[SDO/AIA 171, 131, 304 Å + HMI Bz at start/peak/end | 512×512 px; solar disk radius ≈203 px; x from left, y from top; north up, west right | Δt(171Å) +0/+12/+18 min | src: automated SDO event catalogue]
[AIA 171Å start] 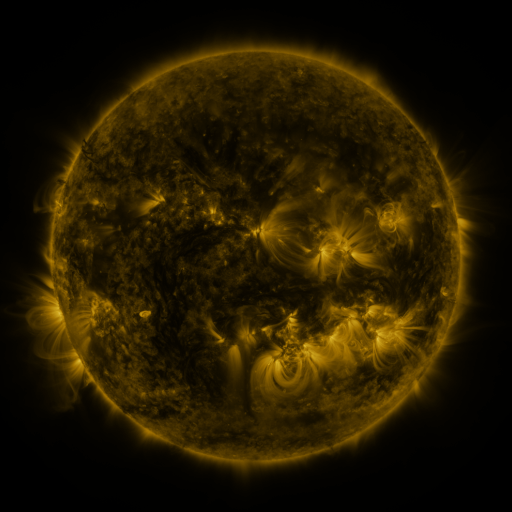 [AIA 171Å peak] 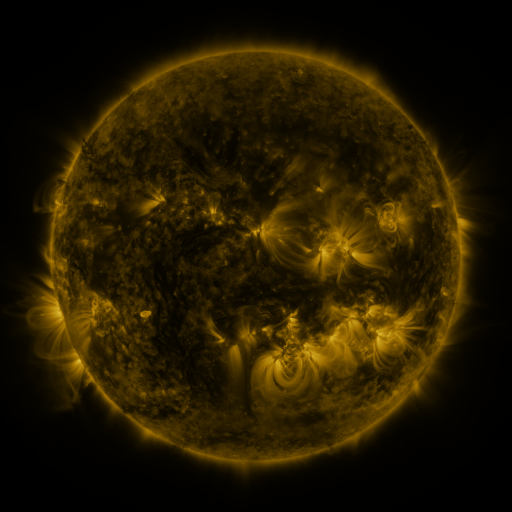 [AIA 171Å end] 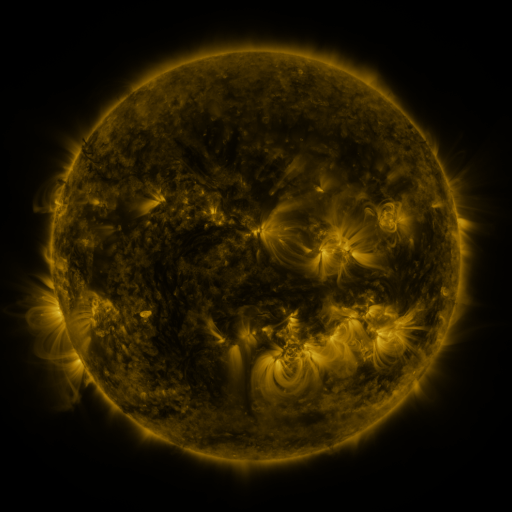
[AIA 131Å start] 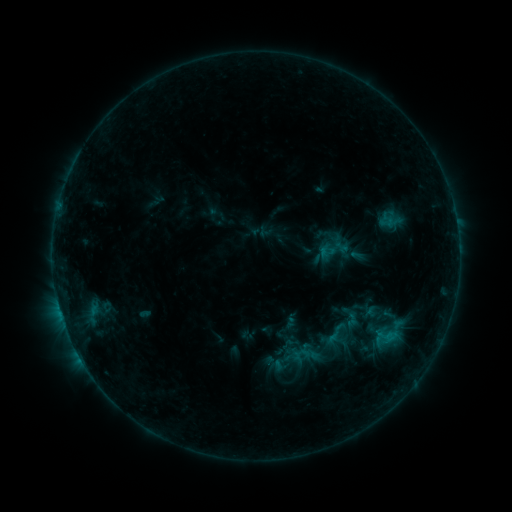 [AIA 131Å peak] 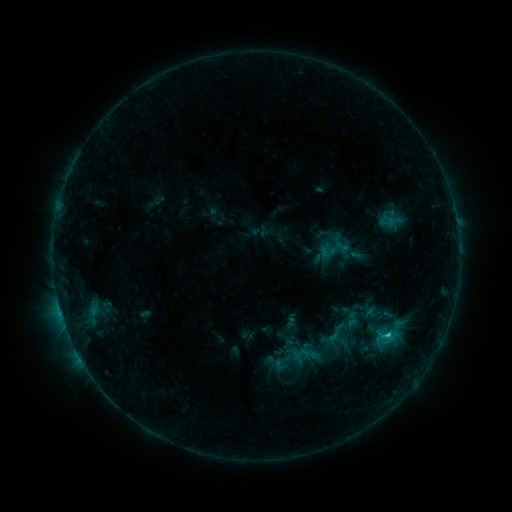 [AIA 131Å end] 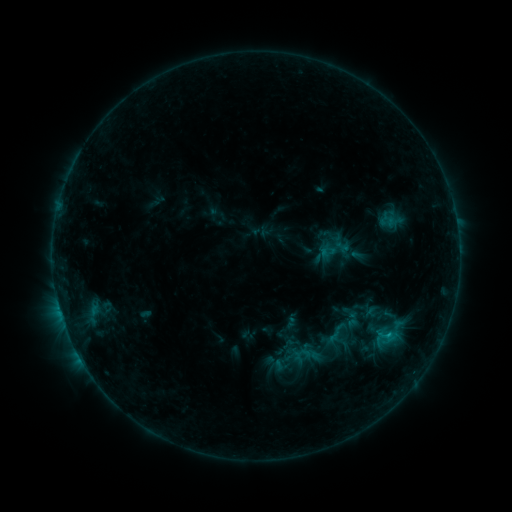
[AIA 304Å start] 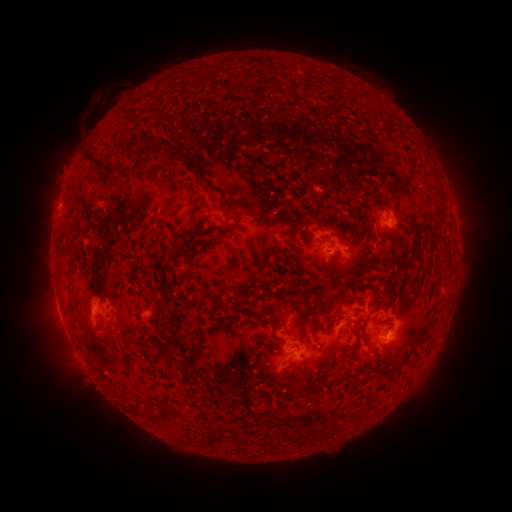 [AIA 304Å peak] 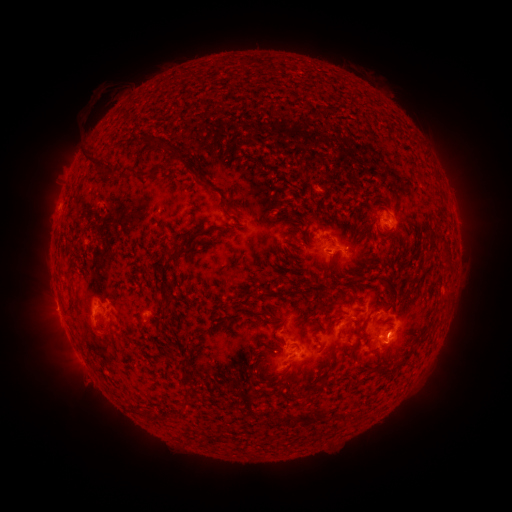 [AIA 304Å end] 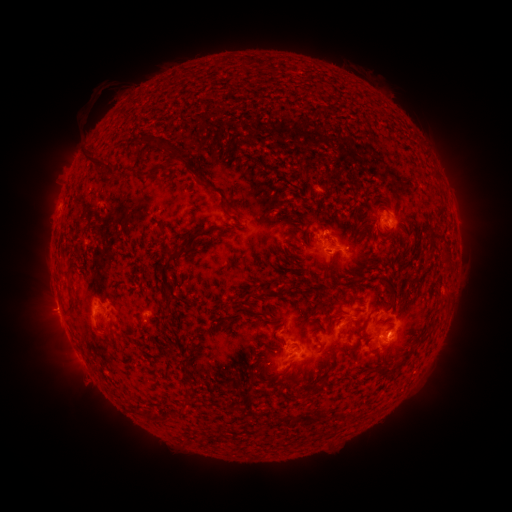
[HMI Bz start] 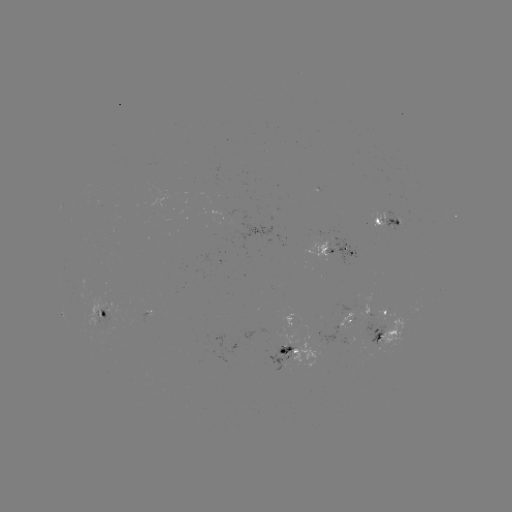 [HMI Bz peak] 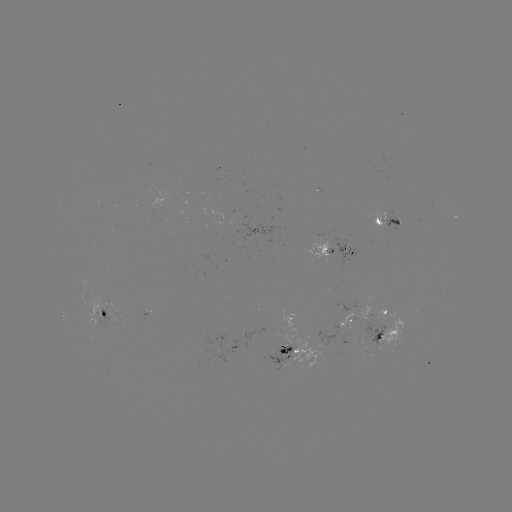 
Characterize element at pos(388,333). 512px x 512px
C1.1 flare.